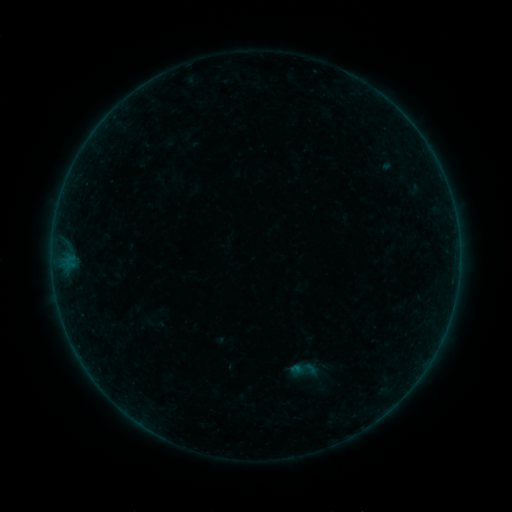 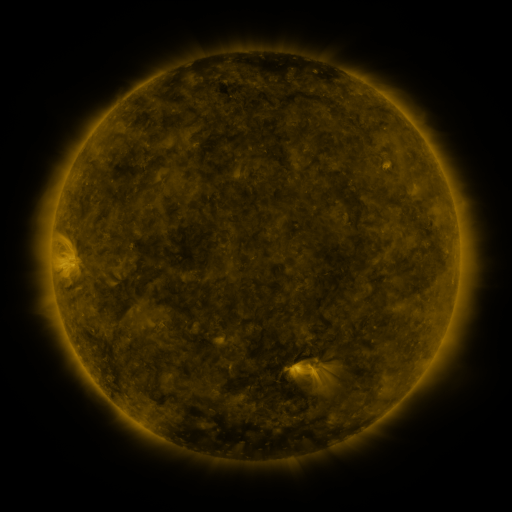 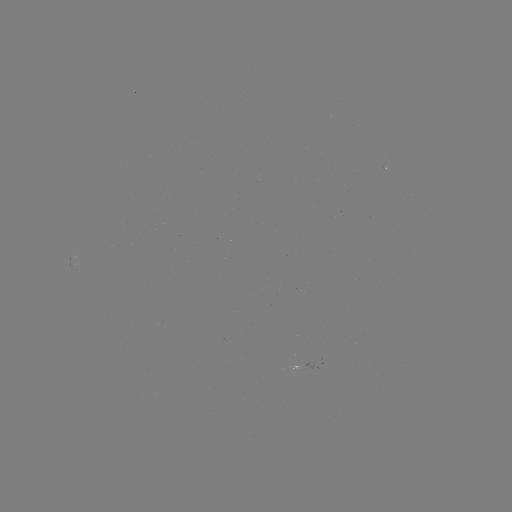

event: sigmoid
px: (303, 369)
